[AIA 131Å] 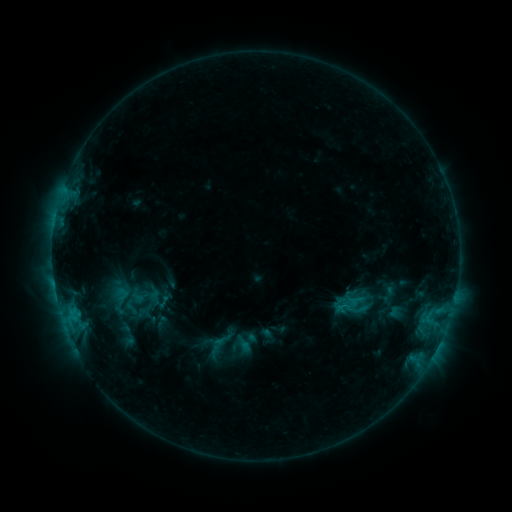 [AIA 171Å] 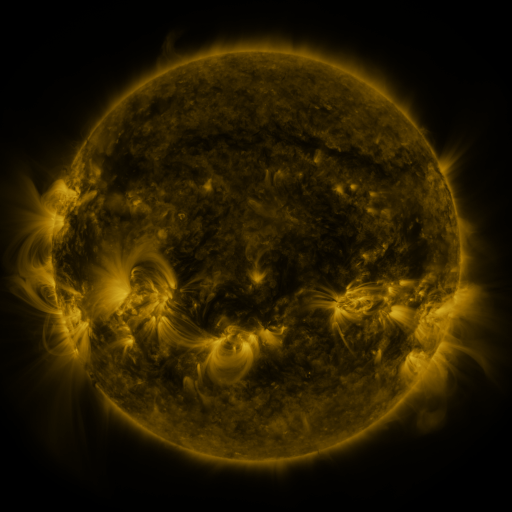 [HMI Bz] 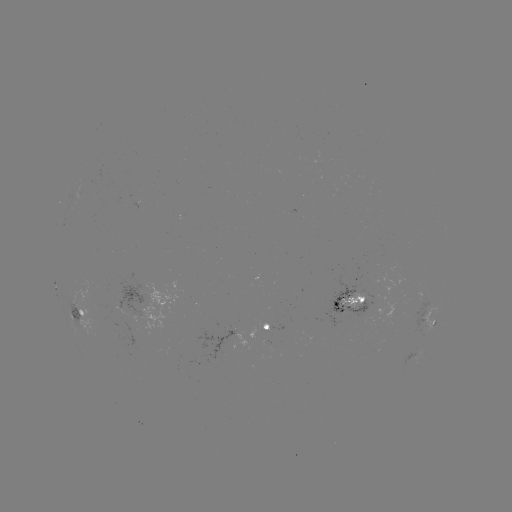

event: sigmoid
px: (131, 306)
